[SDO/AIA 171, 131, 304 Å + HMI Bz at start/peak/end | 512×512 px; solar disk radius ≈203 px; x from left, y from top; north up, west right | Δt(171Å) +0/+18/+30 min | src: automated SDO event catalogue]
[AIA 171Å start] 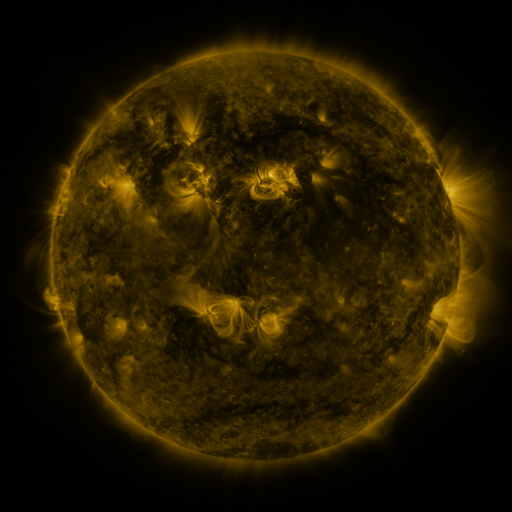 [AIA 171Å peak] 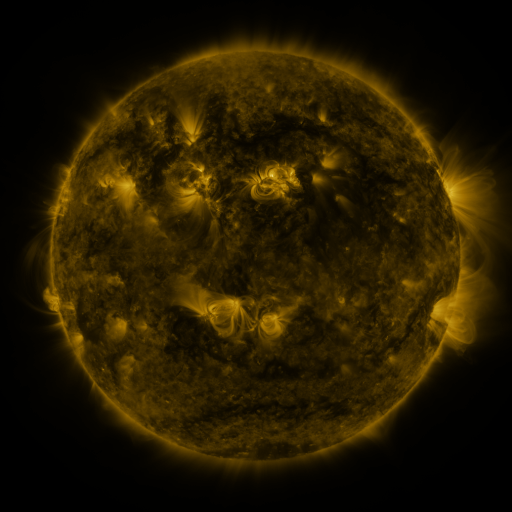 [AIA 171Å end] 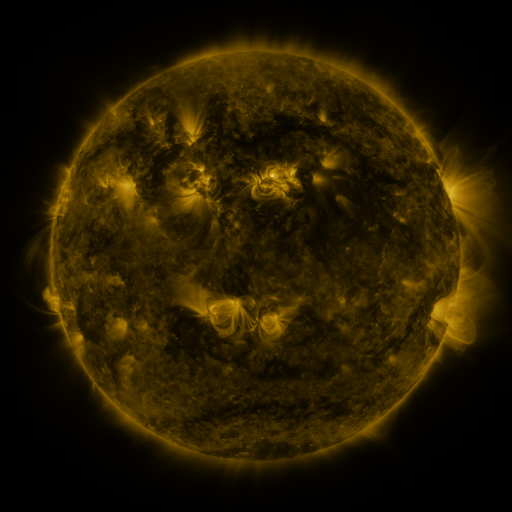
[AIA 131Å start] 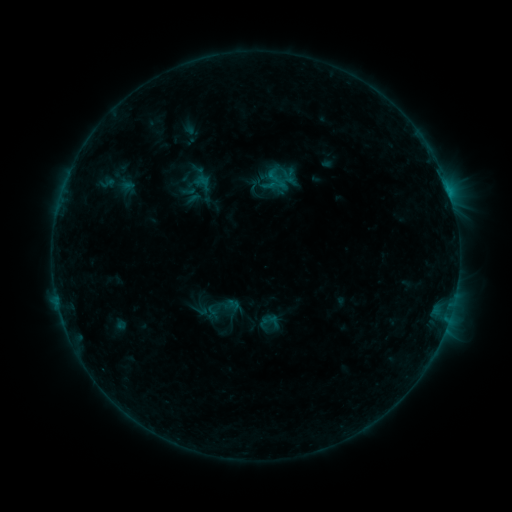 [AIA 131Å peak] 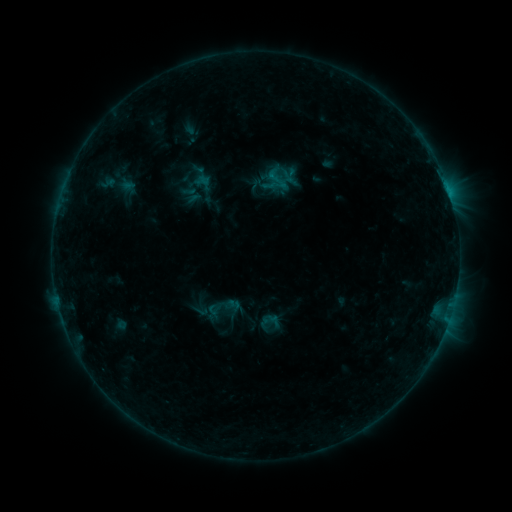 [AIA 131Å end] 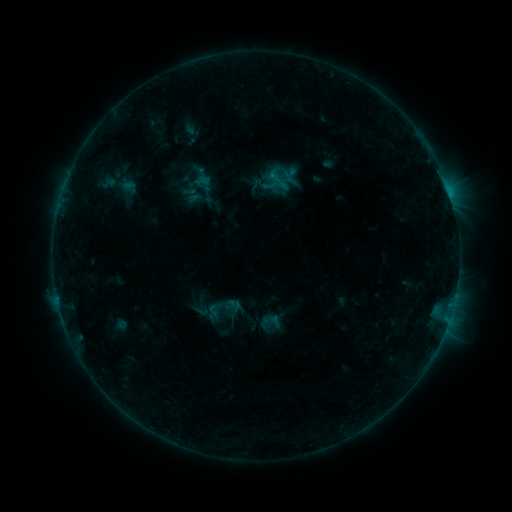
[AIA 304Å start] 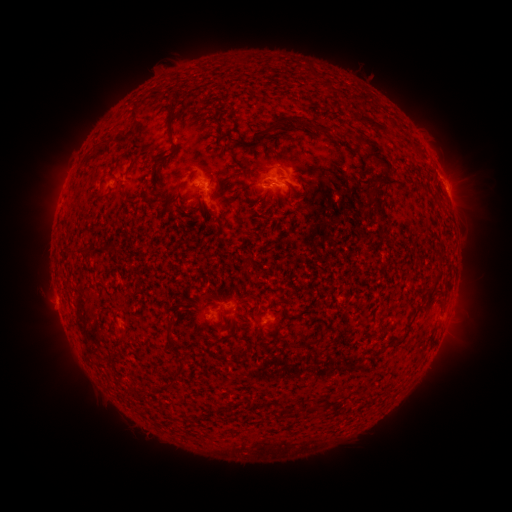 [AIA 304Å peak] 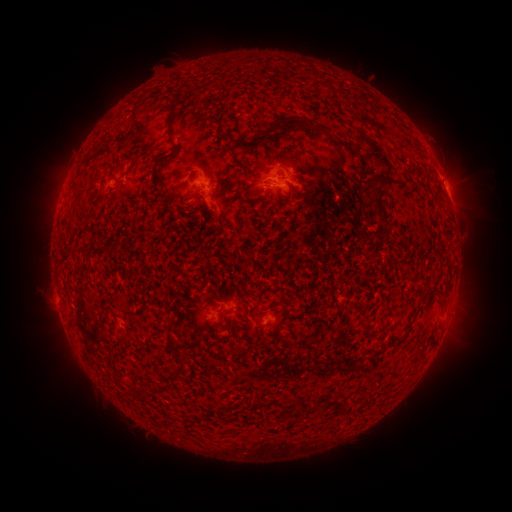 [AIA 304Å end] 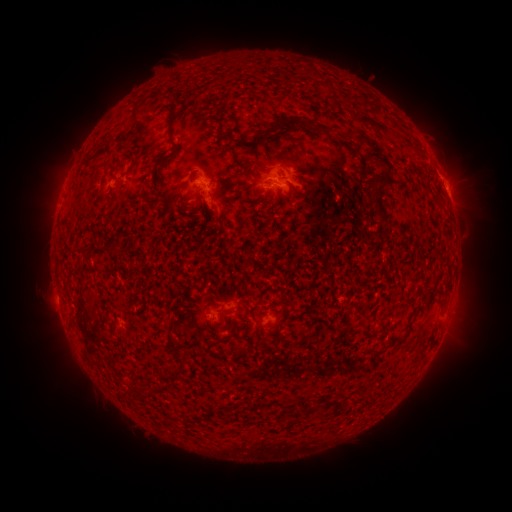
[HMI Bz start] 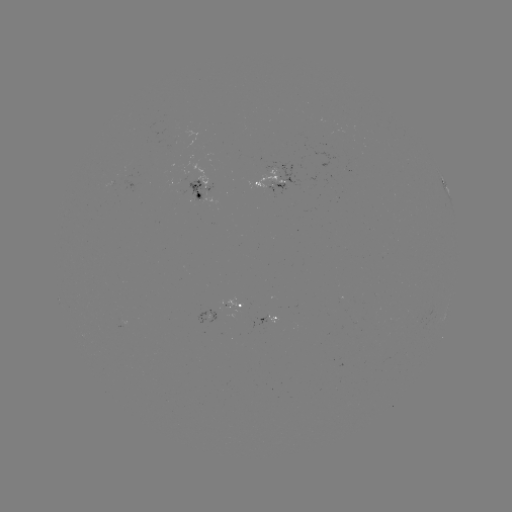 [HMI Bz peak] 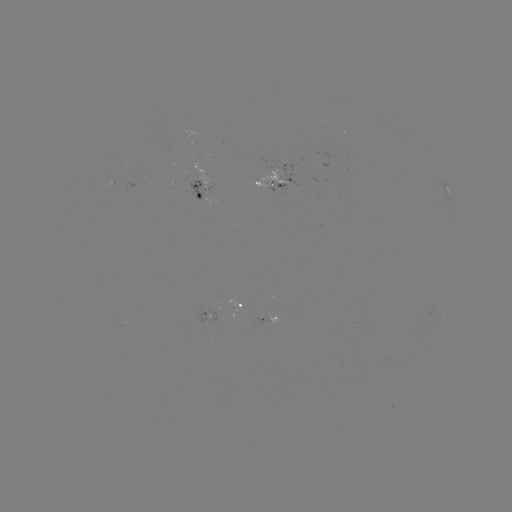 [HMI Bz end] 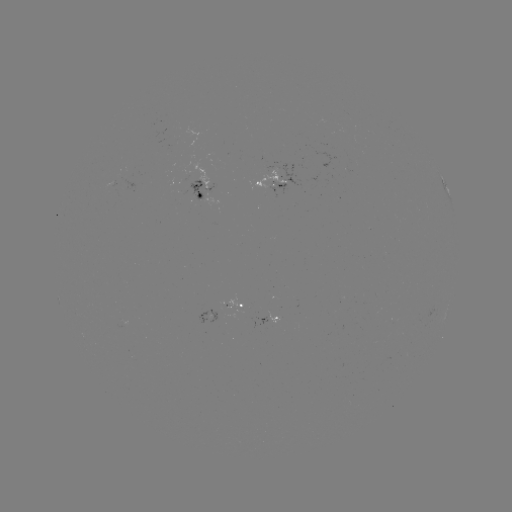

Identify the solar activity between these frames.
no catalogued flare and no flagged EUV brightening in this window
